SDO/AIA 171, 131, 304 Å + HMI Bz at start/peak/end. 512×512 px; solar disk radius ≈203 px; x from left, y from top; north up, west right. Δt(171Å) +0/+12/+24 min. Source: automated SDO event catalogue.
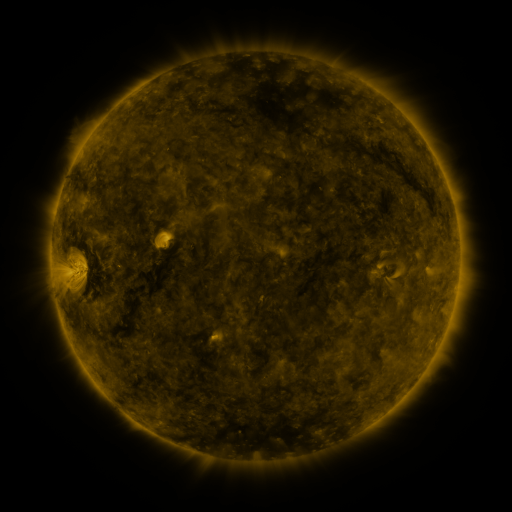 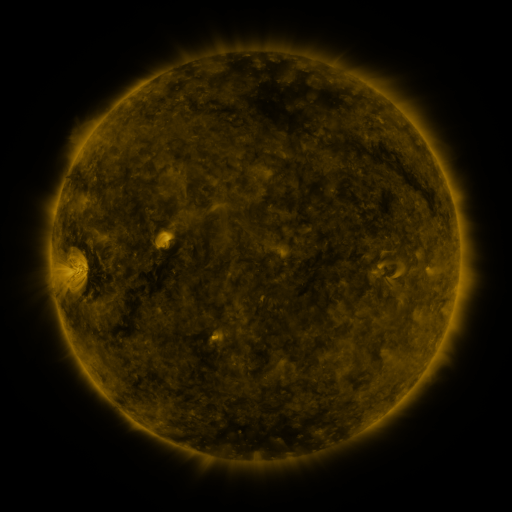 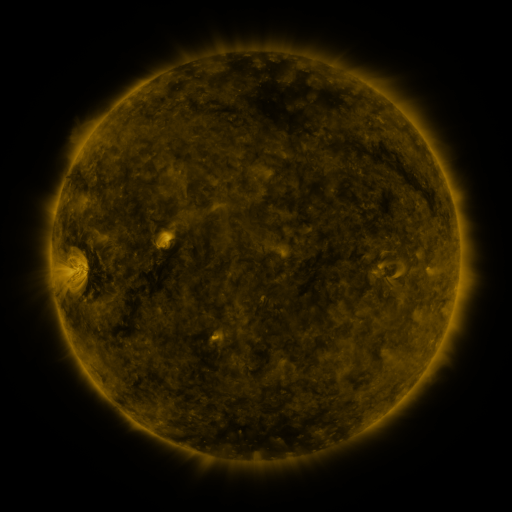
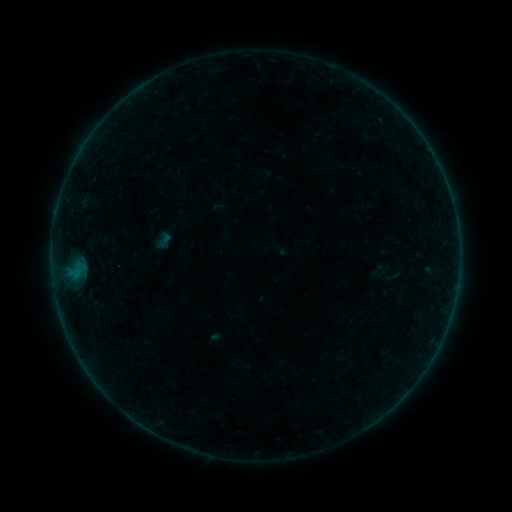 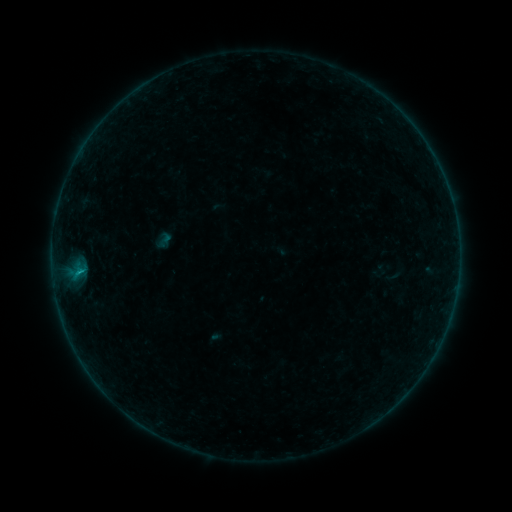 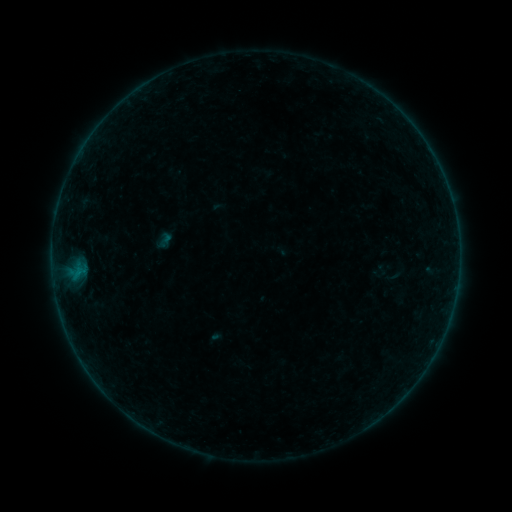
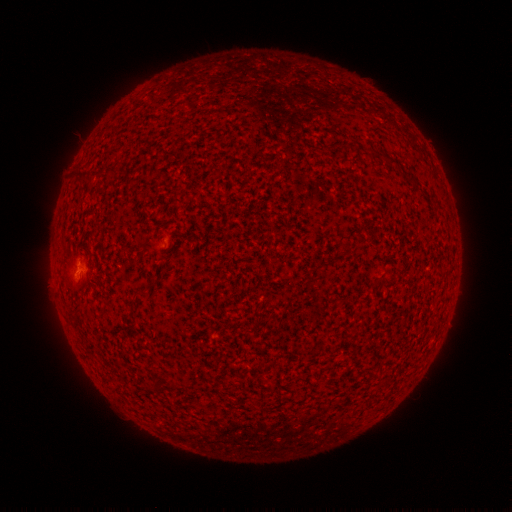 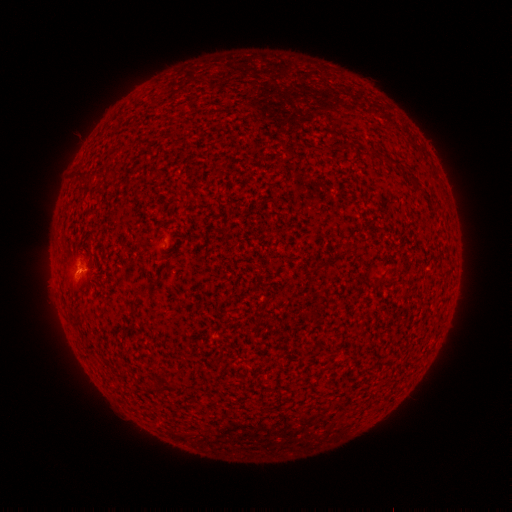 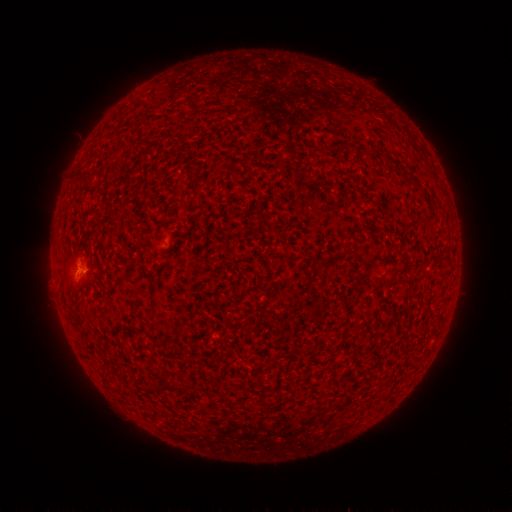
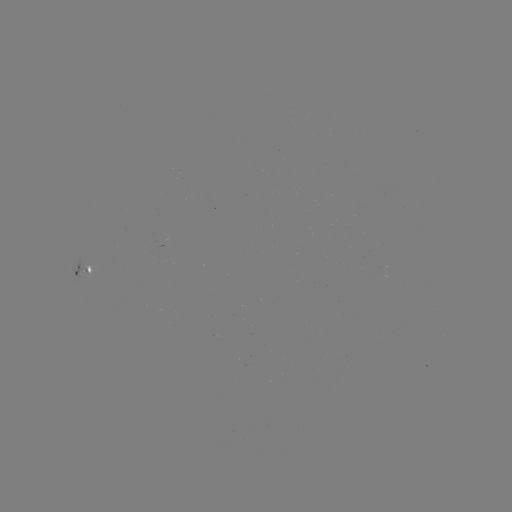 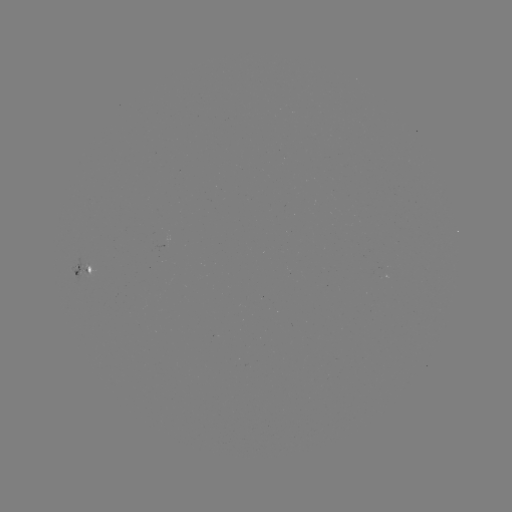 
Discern B2.7 flare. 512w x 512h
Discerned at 80,269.